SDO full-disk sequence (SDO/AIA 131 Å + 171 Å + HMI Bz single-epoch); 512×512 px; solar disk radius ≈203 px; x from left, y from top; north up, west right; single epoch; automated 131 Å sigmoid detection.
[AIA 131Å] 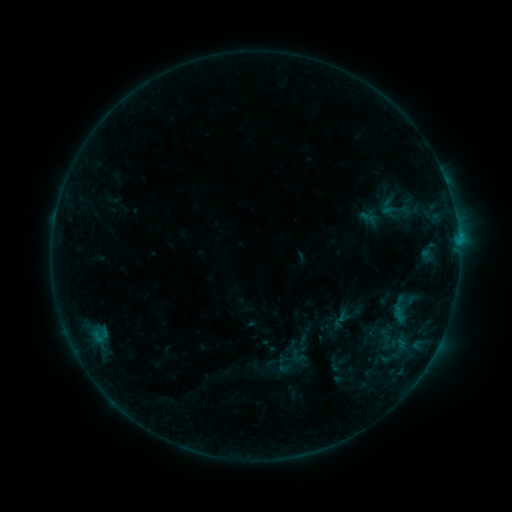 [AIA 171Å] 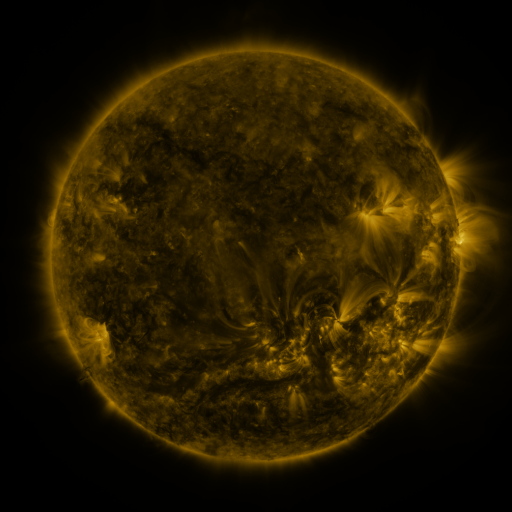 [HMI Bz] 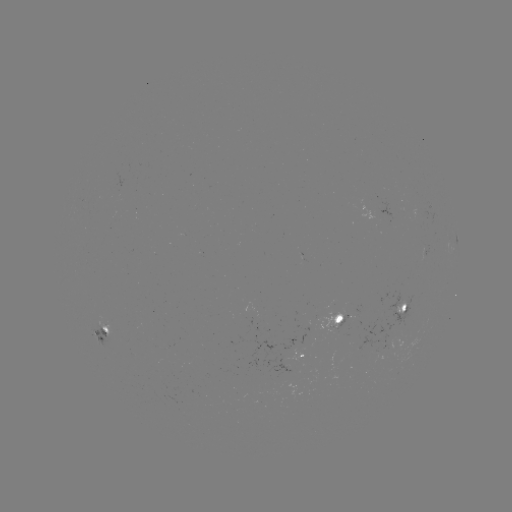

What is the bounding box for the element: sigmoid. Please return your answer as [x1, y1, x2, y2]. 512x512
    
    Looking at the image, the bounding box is [378, 334, 394, 349].